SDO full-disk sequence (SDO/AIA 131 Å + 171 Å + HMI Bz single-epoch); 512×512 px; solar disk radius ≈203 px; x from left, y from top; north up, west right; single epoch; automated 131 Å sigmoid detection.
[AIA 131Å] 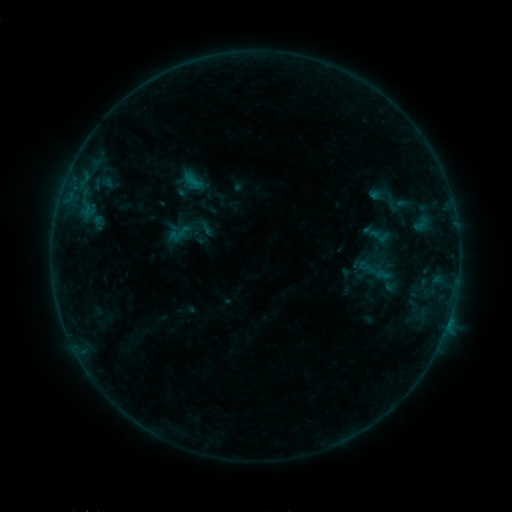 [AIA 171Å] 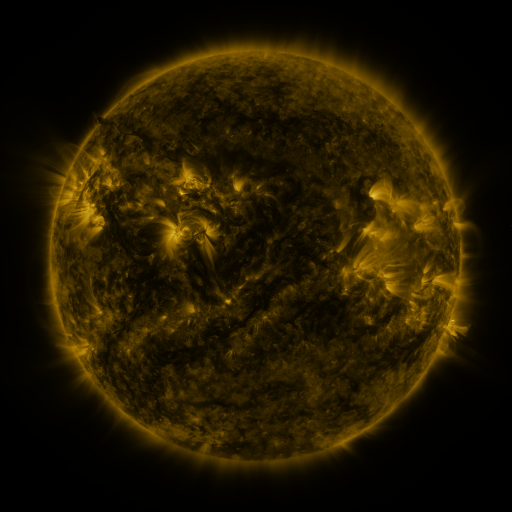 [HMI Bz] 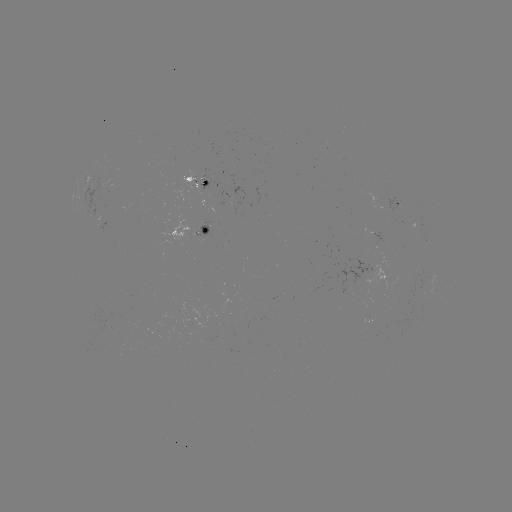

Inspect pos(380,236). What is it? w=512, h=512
sigmoid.